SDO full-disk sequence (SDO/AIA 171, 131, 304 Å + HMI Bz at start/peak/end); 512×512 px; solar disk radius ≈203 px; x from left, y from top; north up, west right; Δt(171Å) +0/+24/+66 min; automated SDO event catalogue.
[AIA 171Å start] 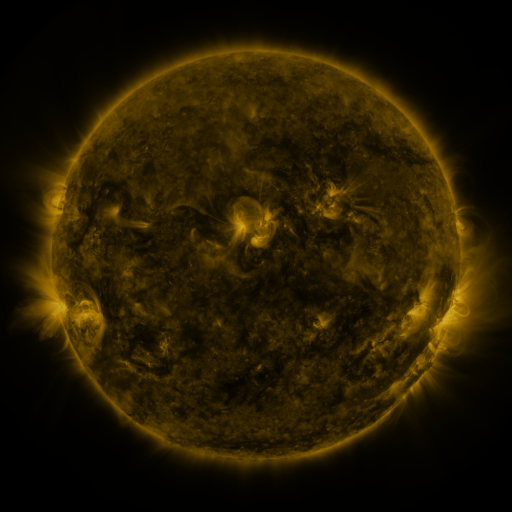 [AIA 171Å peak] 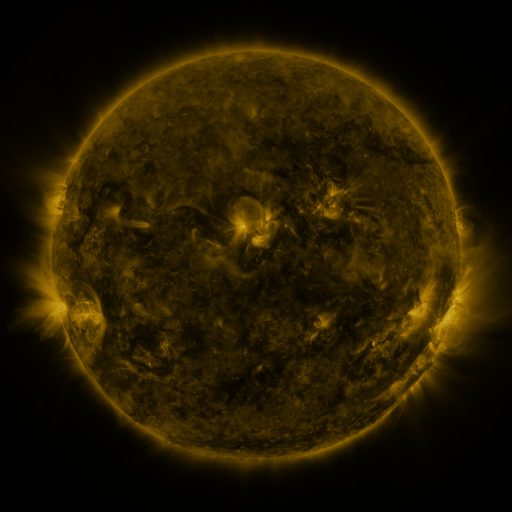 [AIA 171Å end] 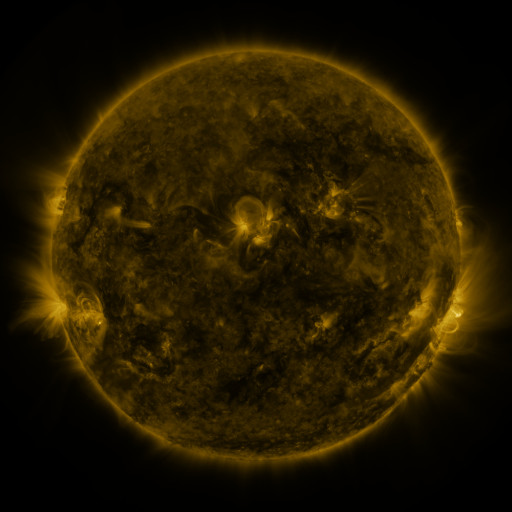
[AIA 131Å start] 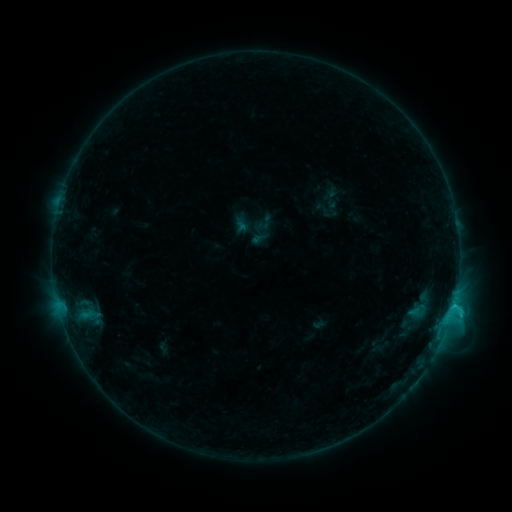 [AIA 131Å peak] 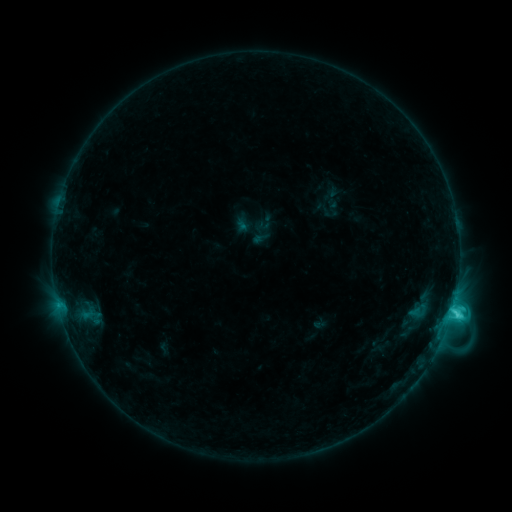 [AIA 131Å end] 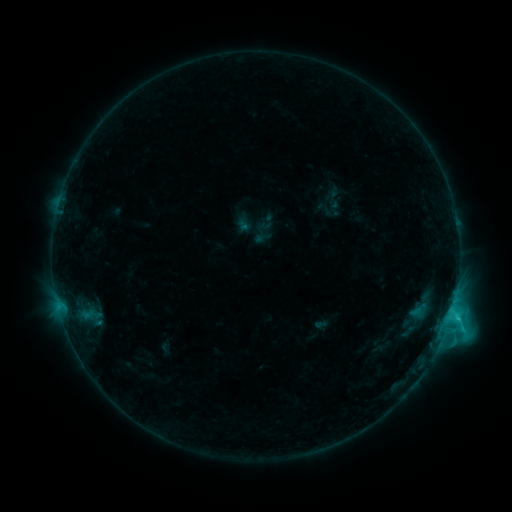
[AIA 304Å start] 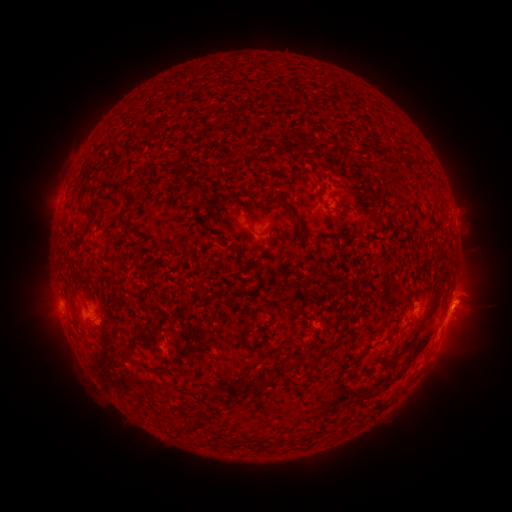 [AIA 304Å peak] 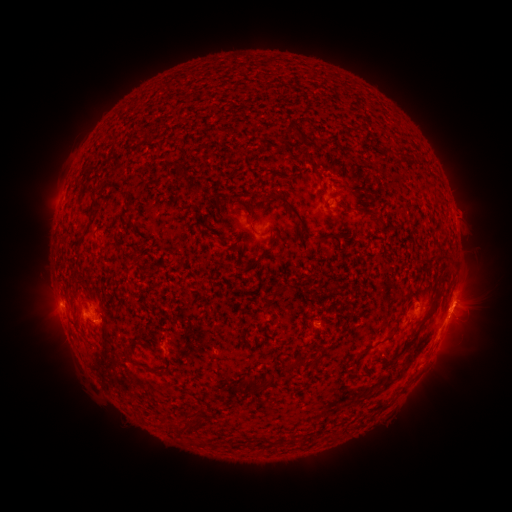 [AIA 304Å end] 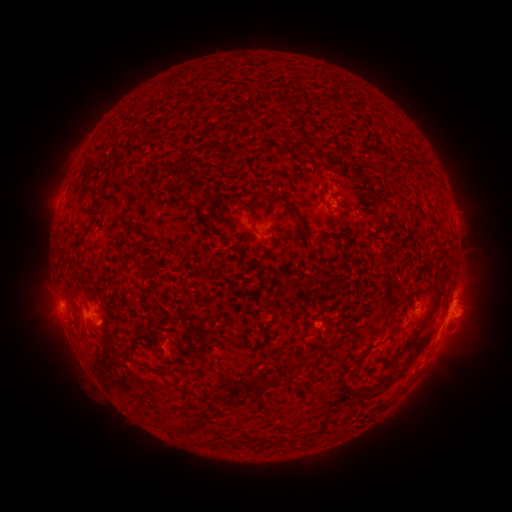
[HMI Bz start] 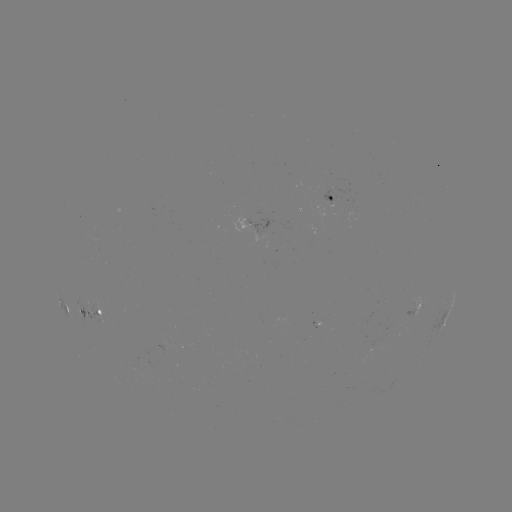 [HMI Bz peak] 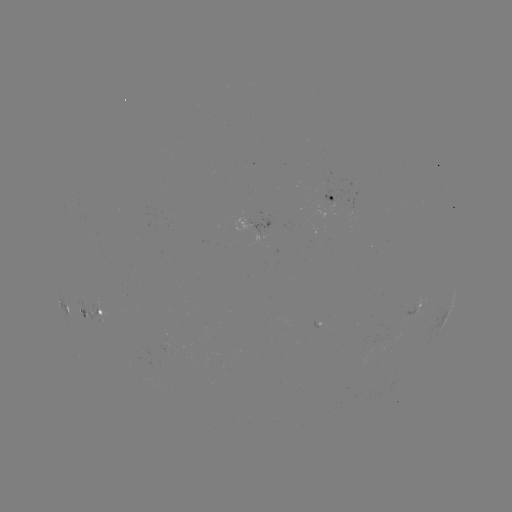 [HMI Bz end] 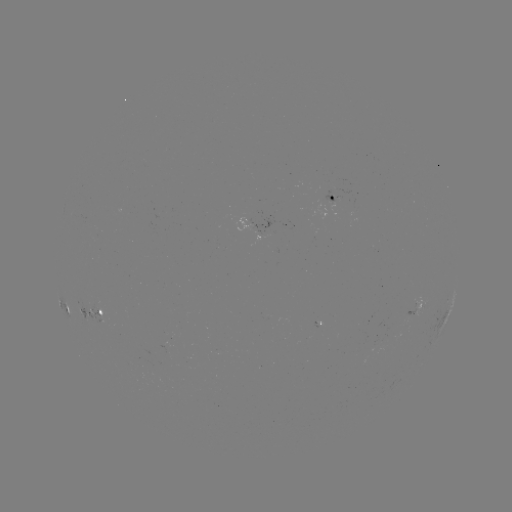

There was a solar flare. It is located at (451, 312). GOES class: C4.1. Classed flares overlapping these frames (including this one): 1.